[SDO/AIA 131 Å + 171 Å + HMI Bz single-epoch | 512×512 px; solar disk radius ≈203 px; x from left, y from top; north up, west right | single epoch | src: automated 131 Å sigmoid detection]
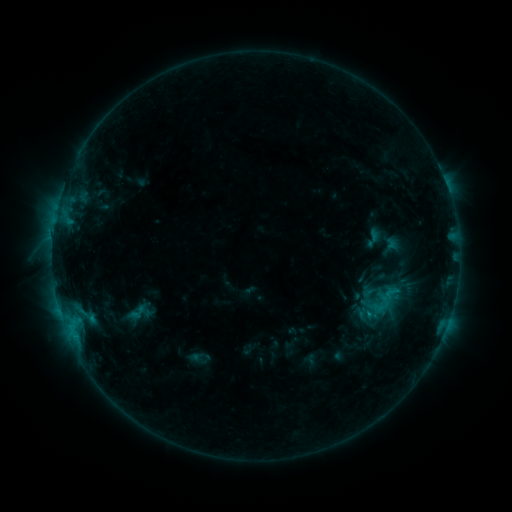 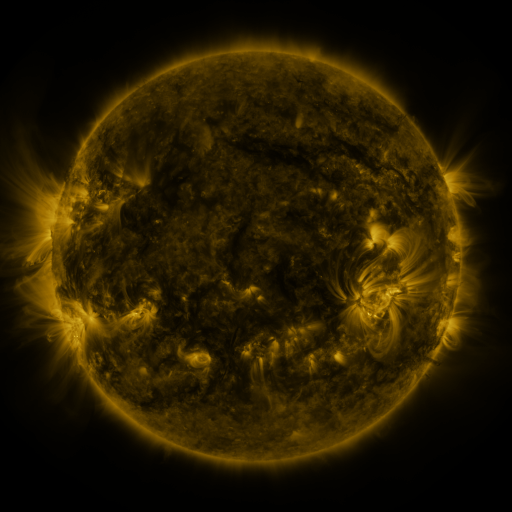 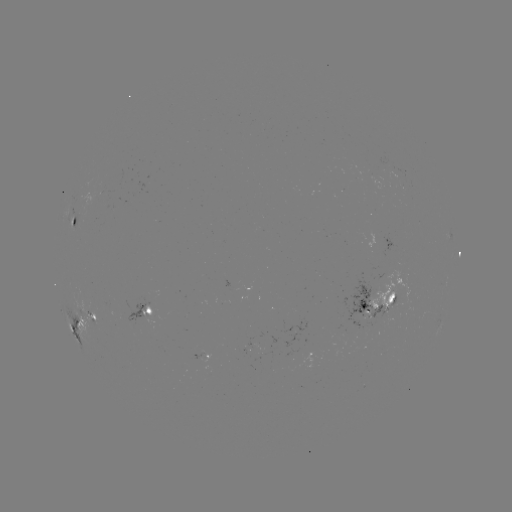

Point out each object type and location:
sigmoid: (373, 238)
